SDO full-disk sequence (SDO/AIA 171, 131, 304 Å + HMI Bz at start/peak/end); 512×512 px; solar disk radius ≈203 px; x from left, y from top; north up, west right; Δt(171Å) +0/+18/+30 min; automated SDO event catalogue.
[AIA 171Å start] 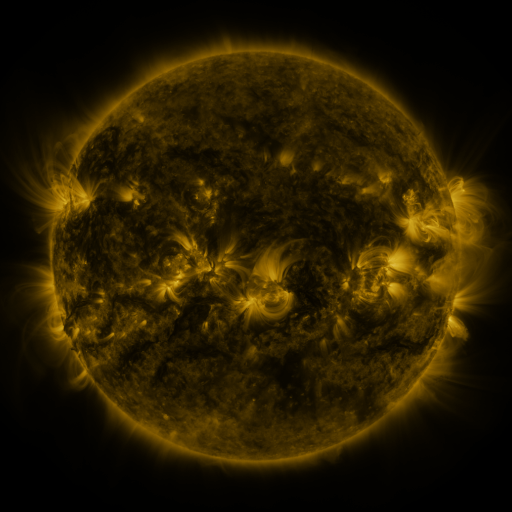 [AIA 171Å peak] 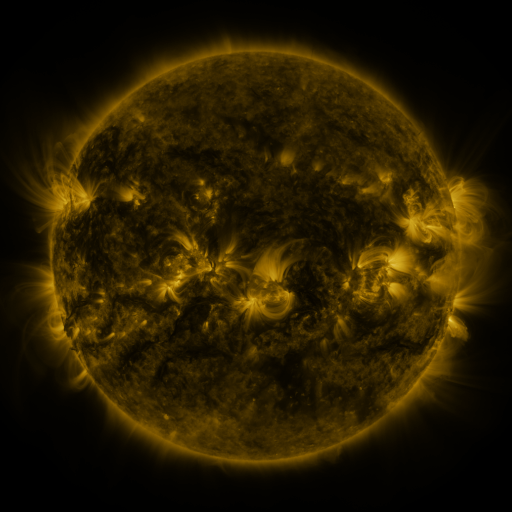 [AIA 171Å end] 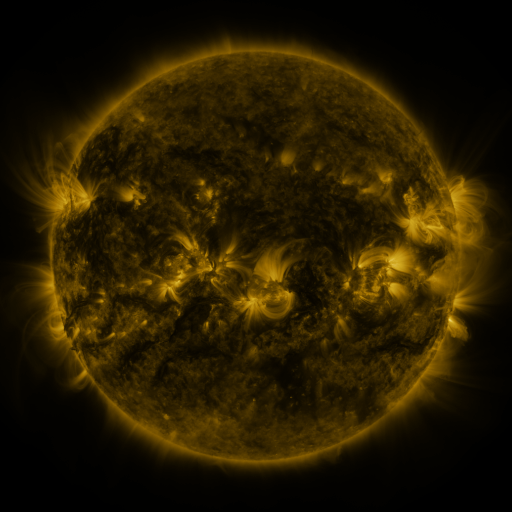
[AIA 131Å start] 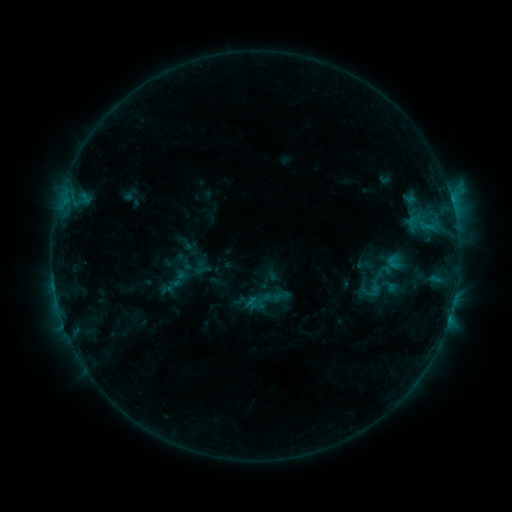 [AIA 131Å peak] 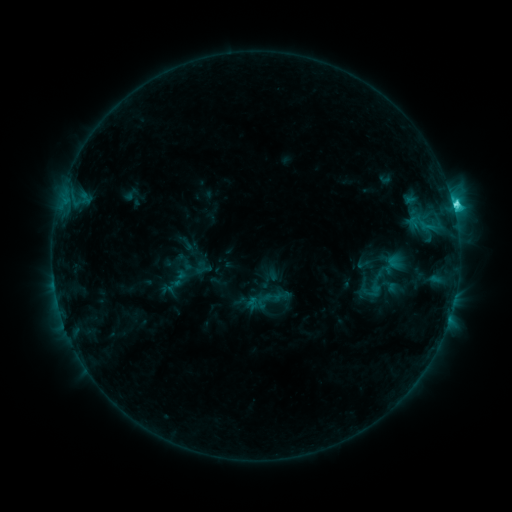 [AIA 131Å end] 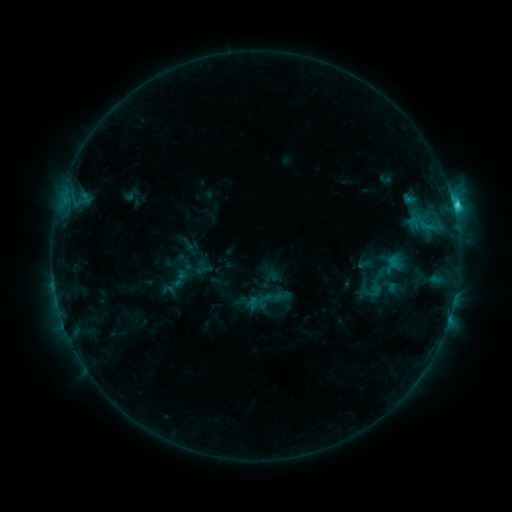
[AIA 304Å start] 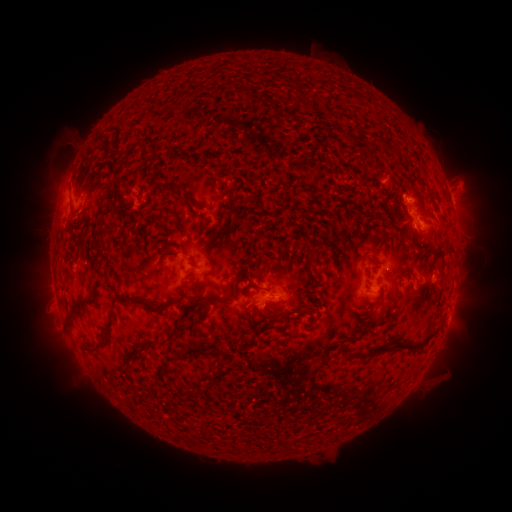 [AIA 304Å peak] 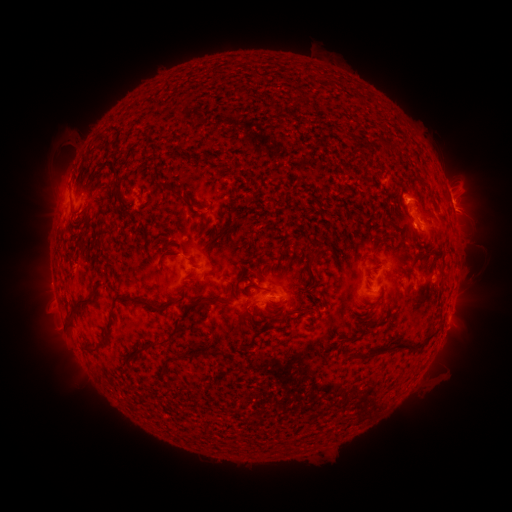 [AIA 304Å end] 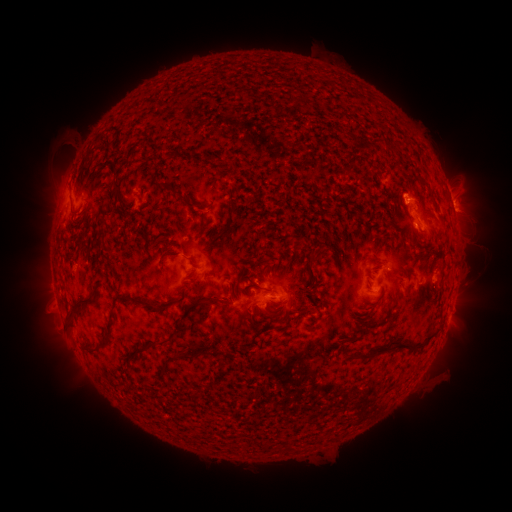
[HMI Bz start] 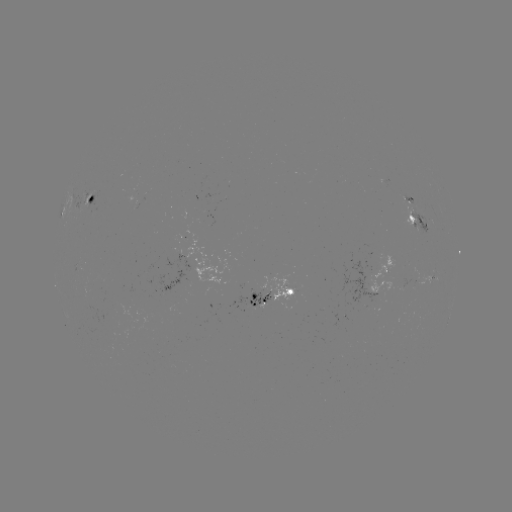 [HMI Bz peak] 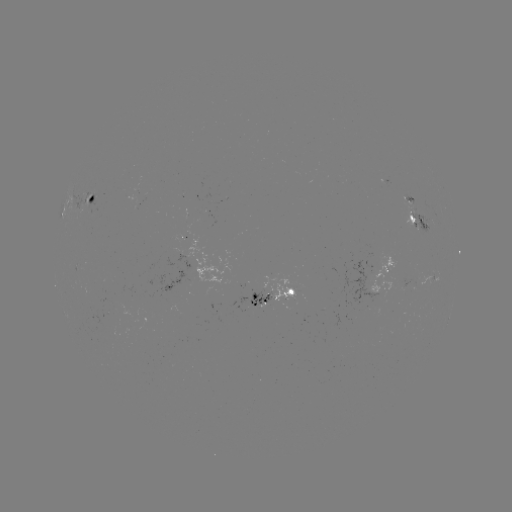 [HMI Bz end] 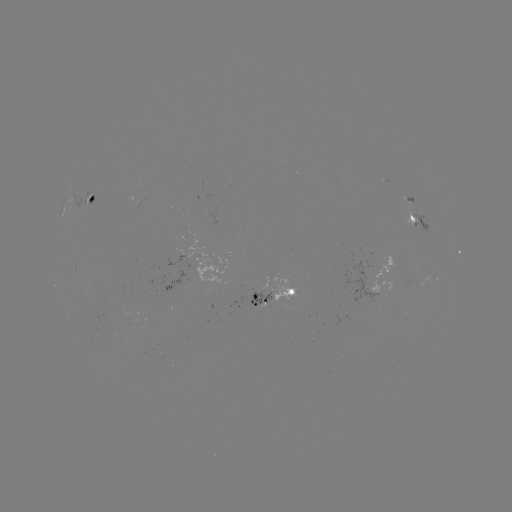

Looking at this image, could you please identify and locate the C4.1 flare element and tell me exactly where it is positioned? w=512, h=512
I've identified C4.1 flare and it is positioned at [452, 205].